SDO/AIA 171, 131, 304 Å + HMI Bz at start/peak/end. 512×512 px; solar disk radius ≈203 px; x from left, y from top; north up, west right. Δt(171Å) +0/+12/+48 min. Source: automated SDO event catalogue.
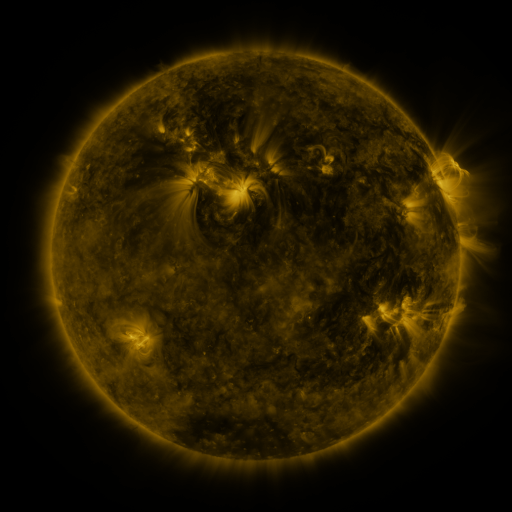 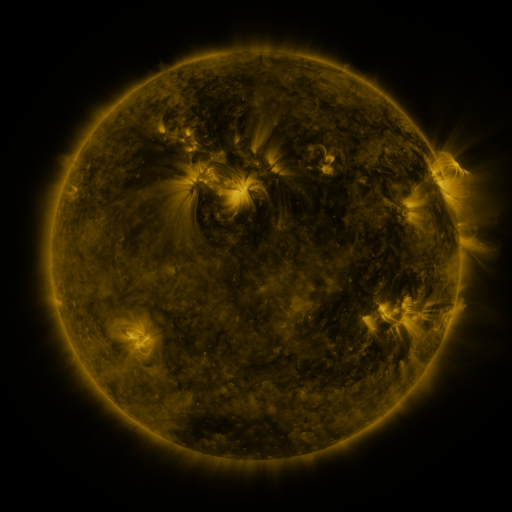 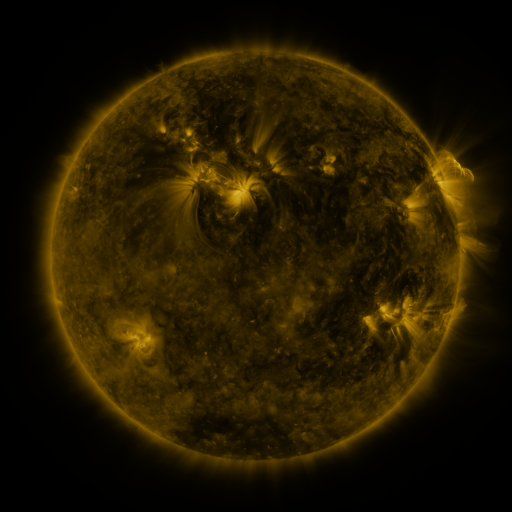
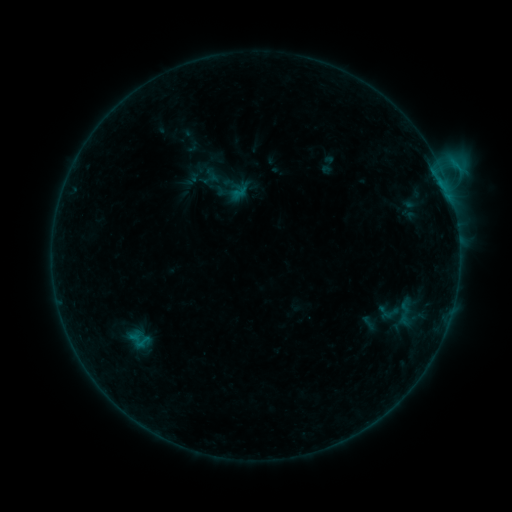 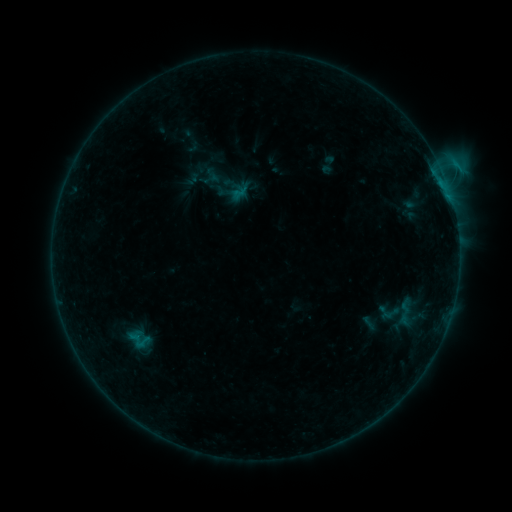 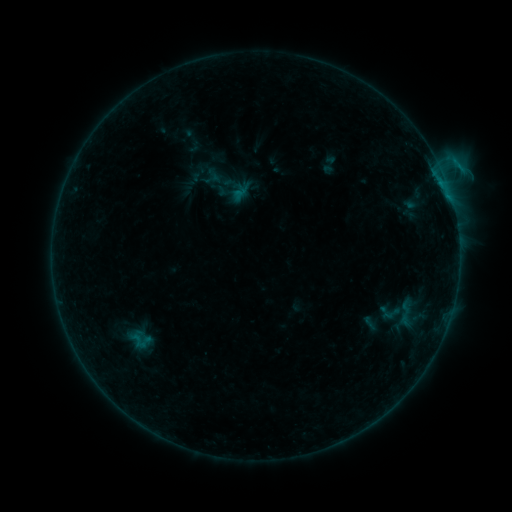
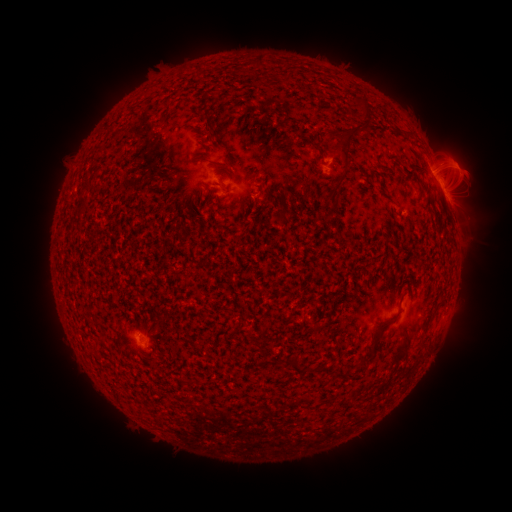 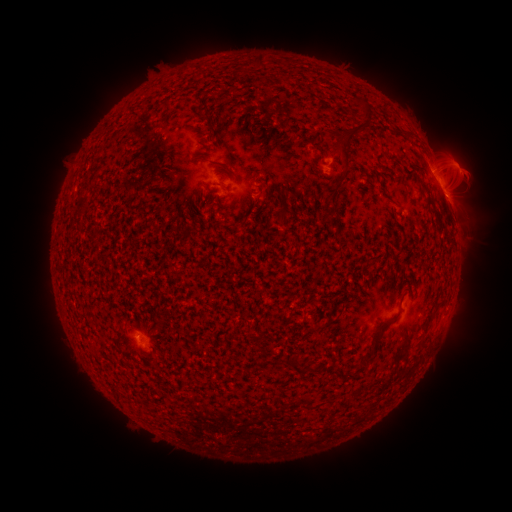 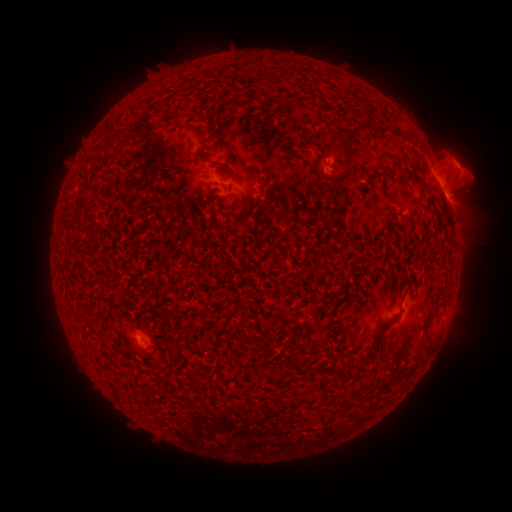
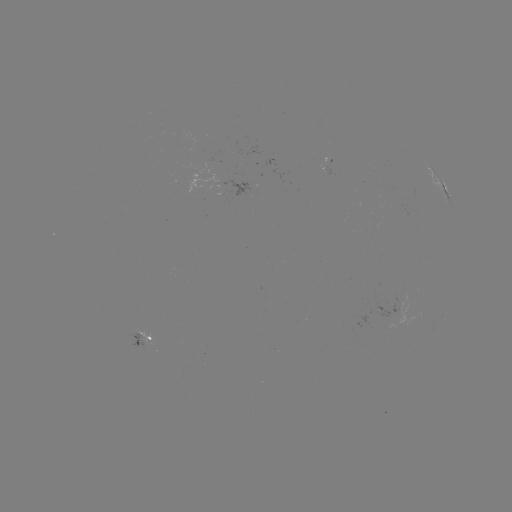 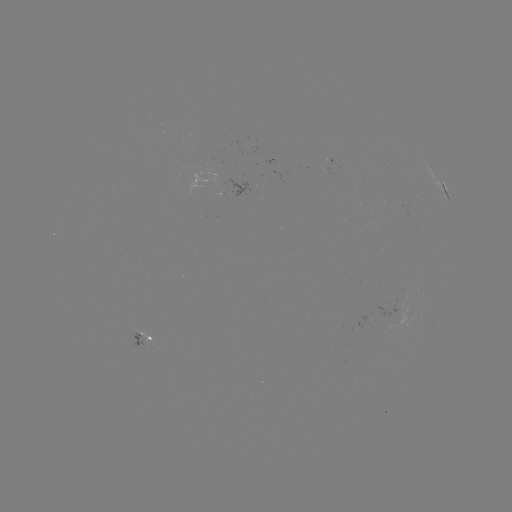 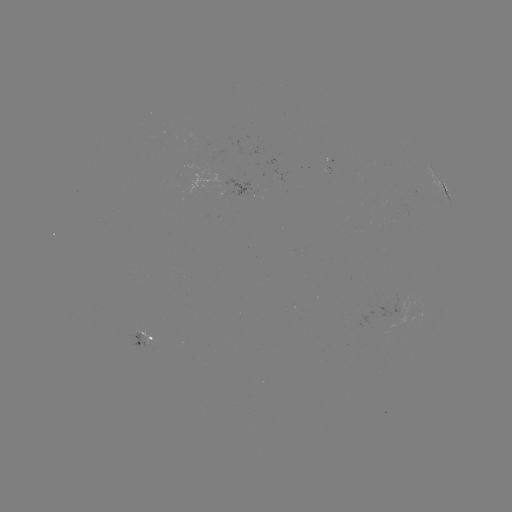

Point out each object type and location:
emerging-flux region: (400, 300)
